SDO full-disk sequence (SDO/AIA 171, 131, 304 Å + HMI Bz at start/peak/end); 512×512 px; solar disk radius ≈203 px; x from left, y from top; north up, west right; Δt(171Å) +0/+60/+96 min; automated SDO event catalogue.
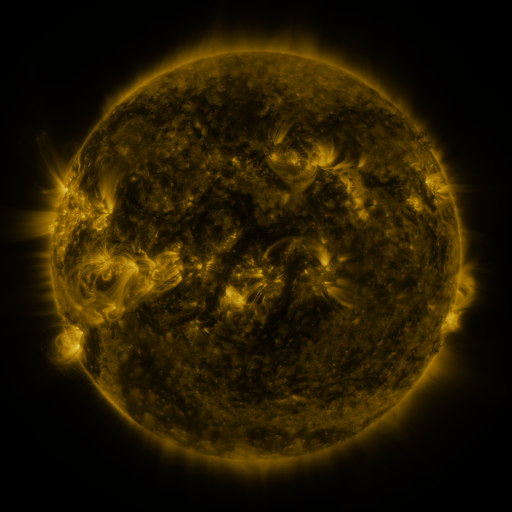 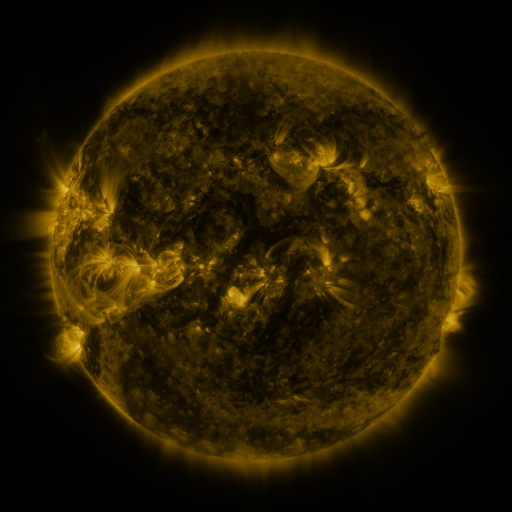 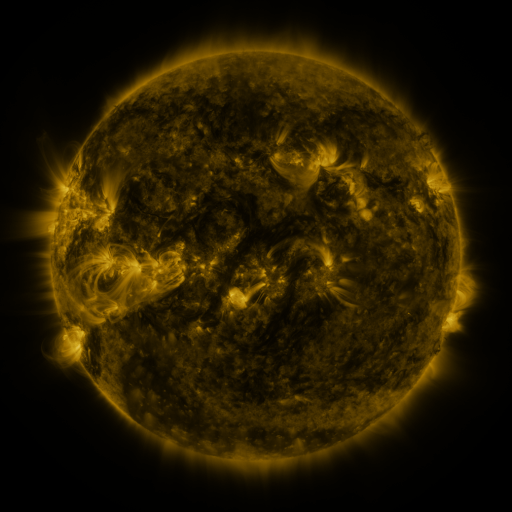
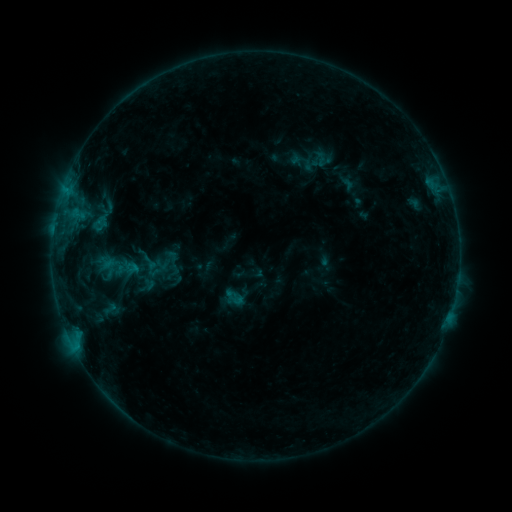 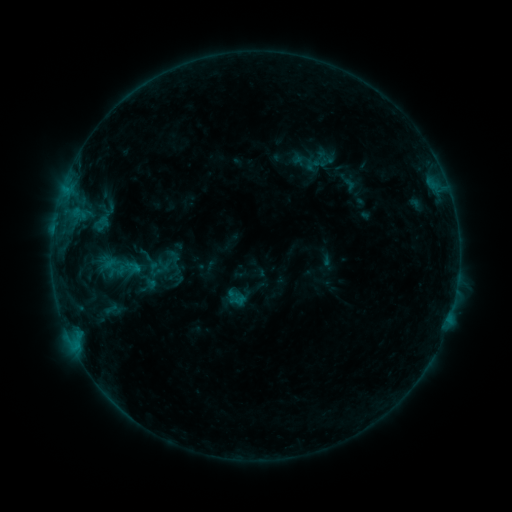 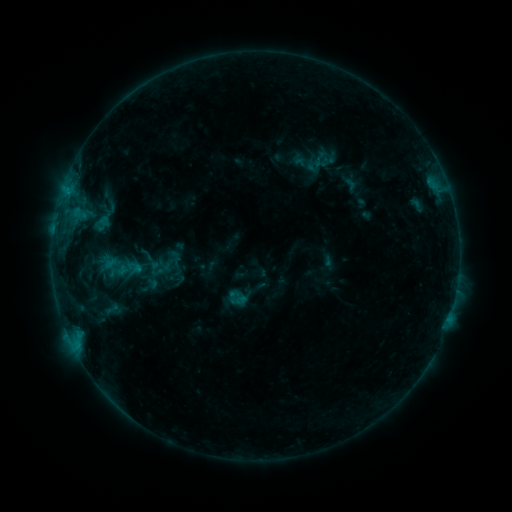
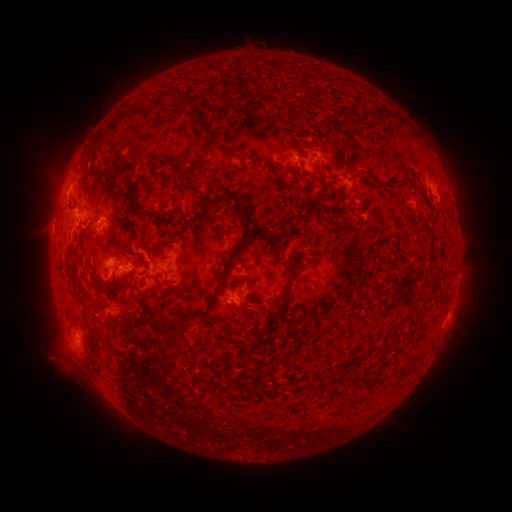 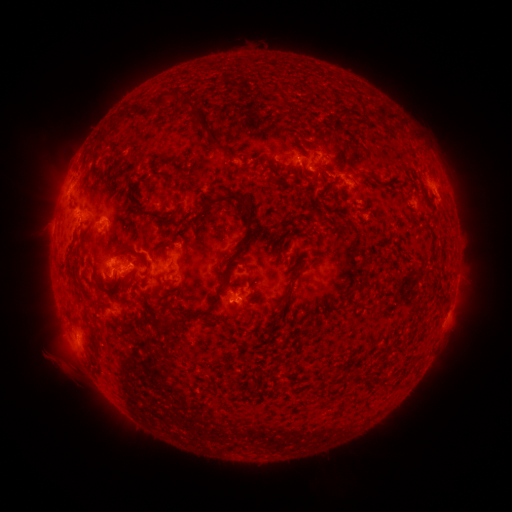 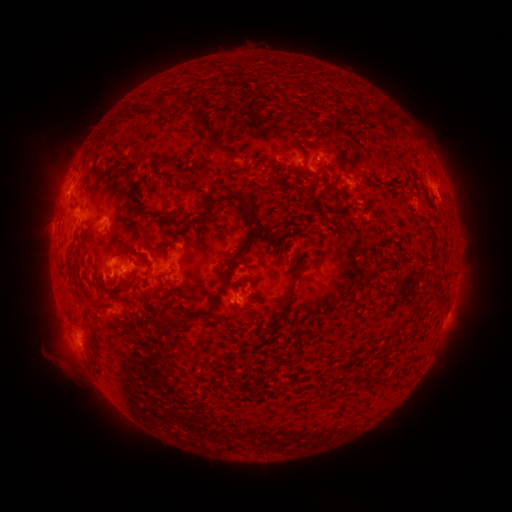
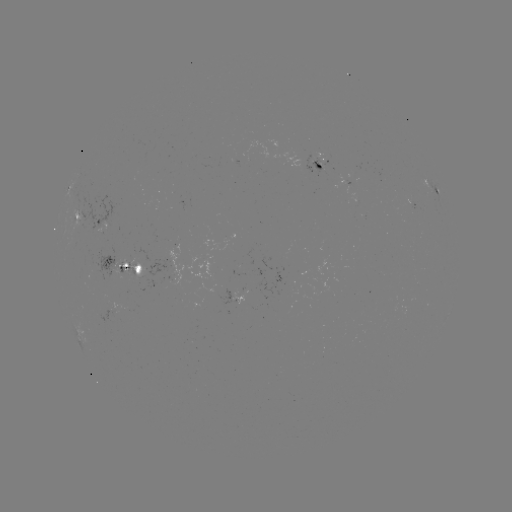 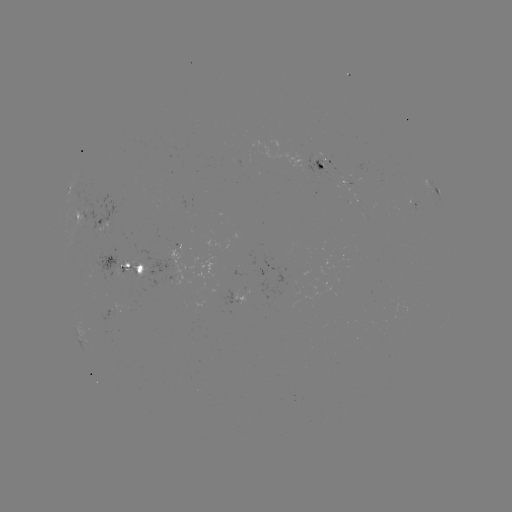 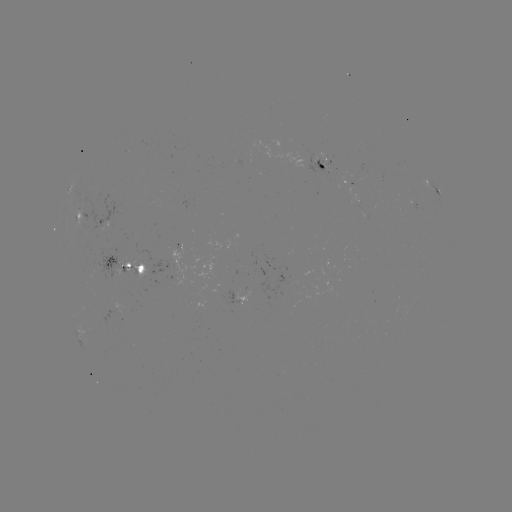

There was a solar emerging-flux region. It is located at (316, 162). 